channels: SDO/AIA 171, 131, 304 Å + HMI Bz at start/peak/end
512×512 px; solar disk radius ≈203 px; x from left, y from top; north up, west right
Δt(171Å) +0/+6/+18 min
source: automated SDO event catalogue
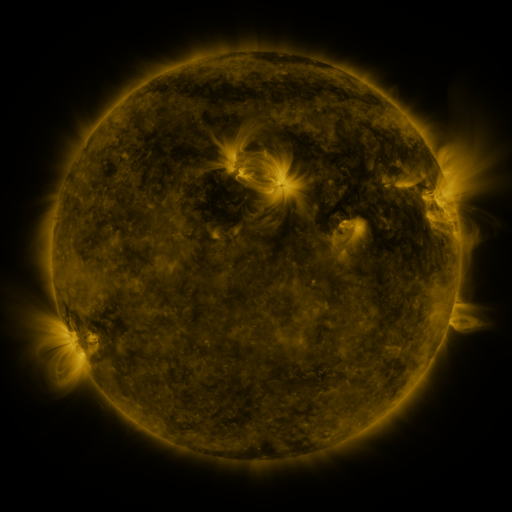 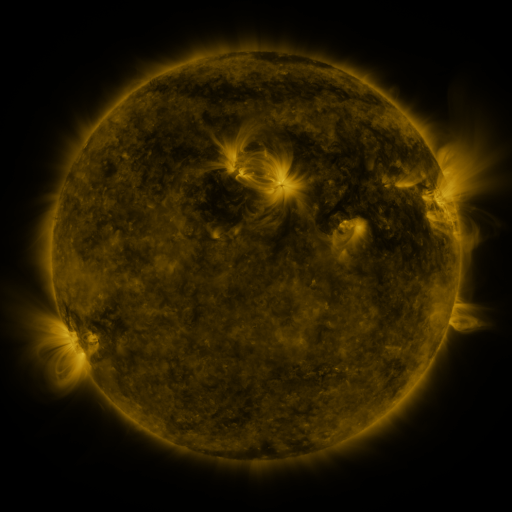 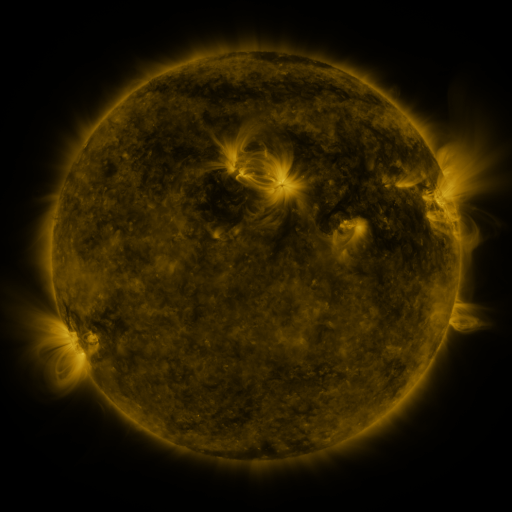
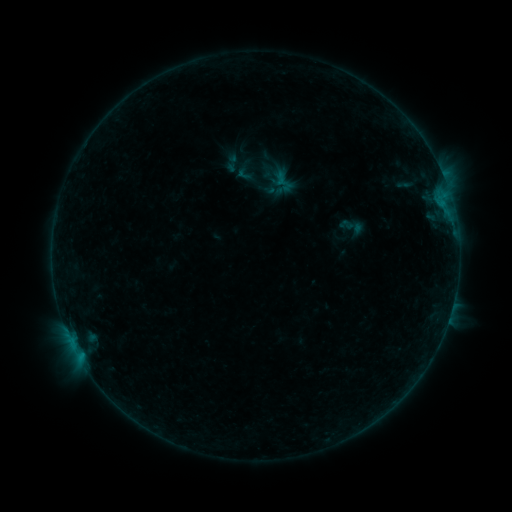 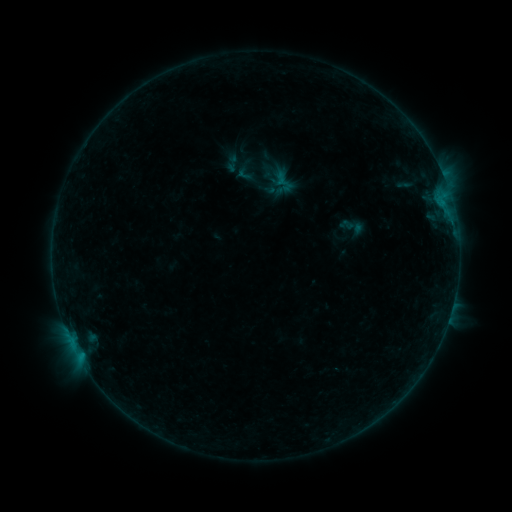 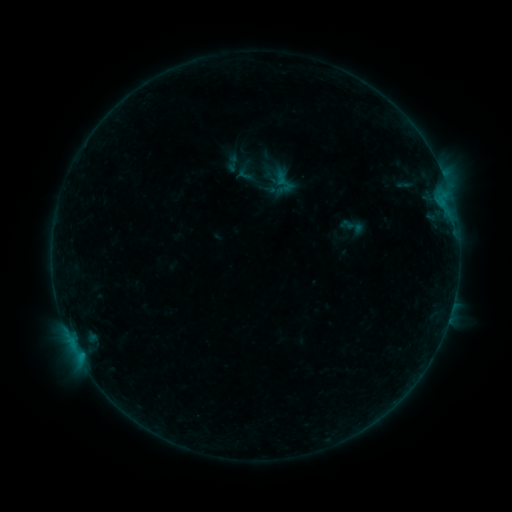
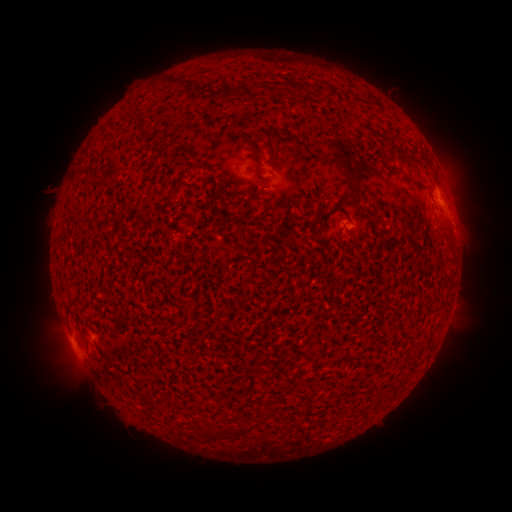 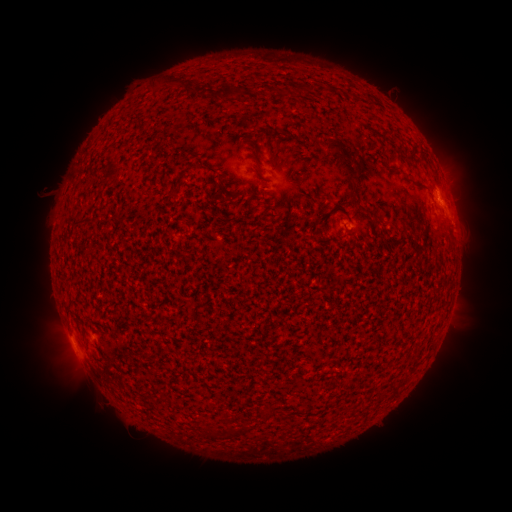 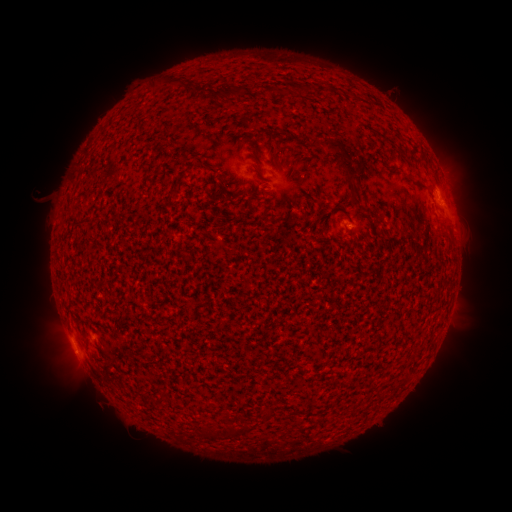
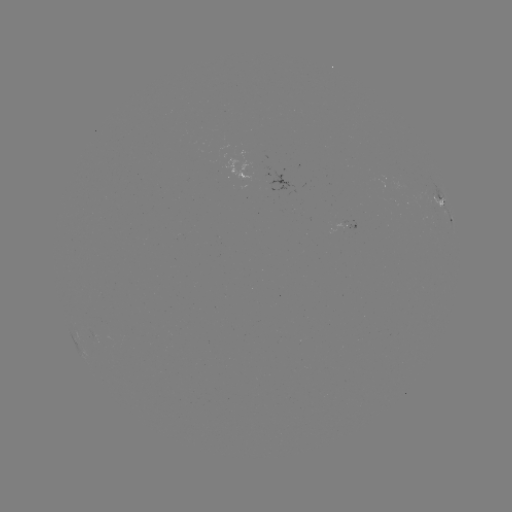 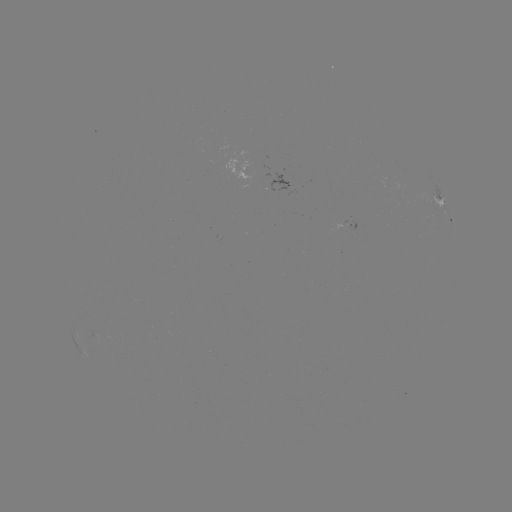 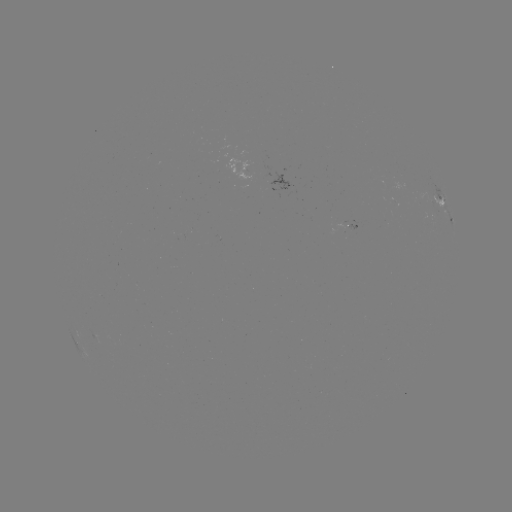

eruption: [25, 175, 63, 213]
